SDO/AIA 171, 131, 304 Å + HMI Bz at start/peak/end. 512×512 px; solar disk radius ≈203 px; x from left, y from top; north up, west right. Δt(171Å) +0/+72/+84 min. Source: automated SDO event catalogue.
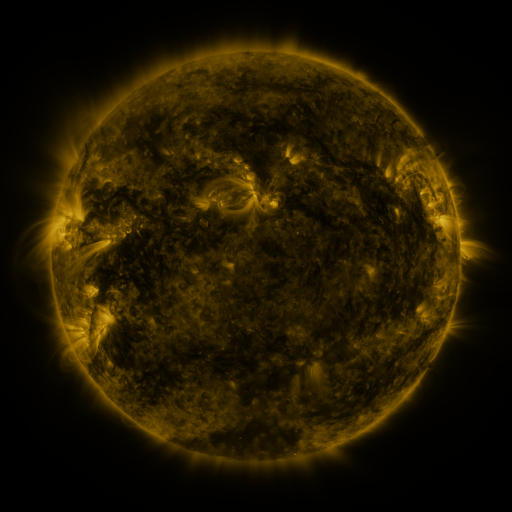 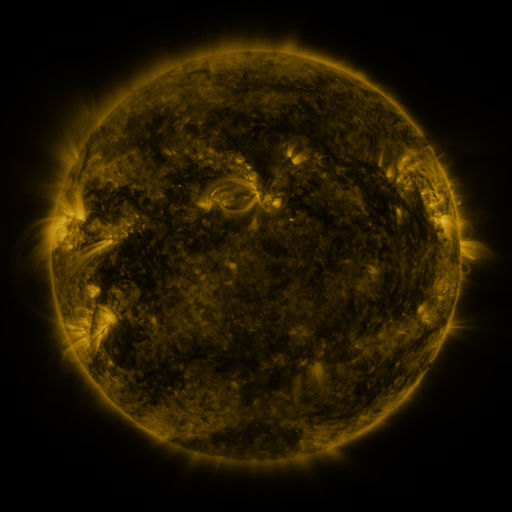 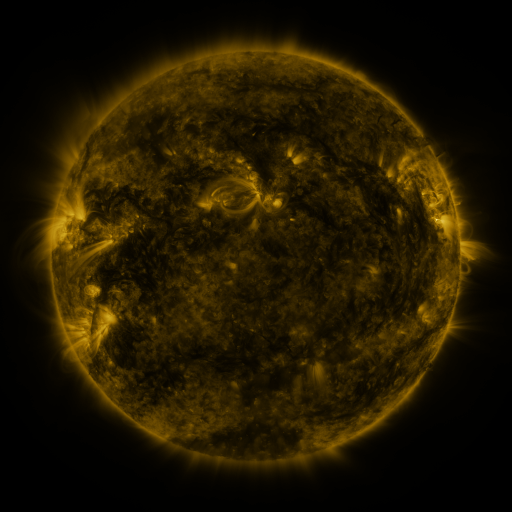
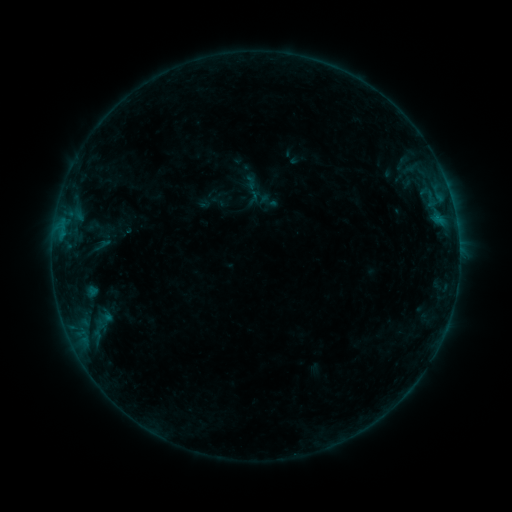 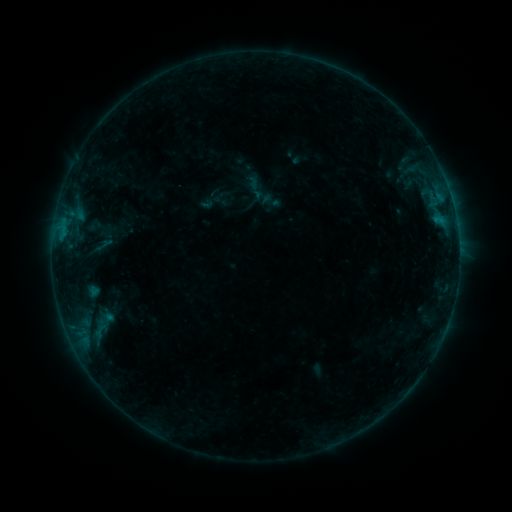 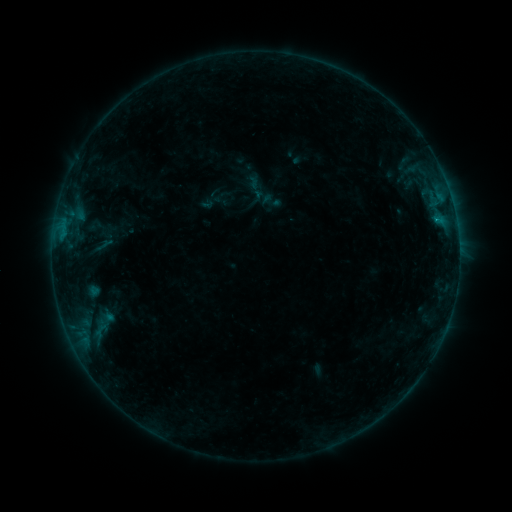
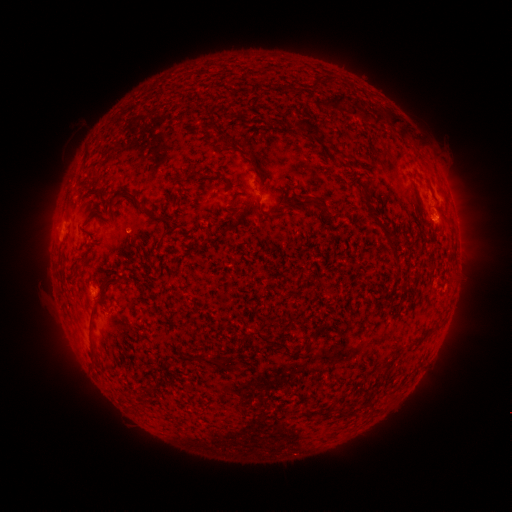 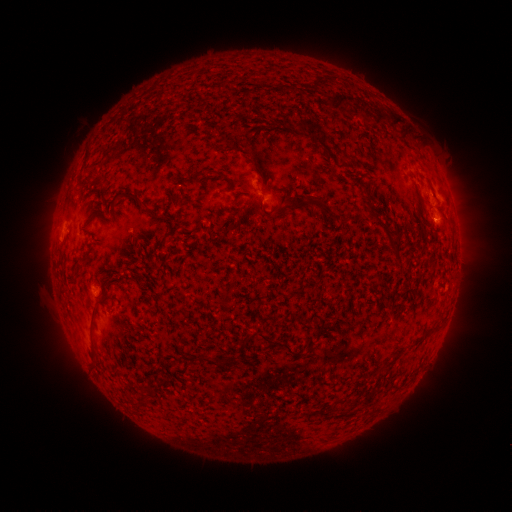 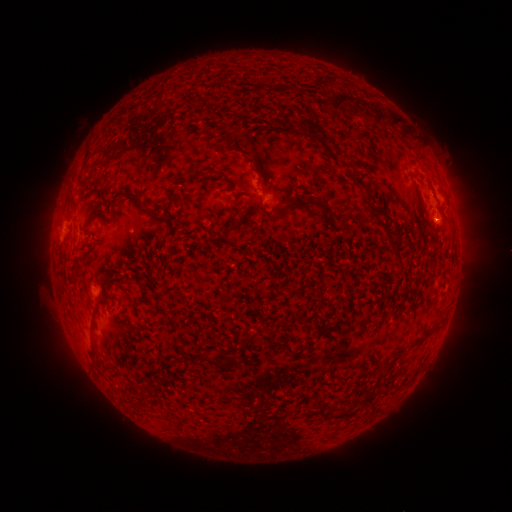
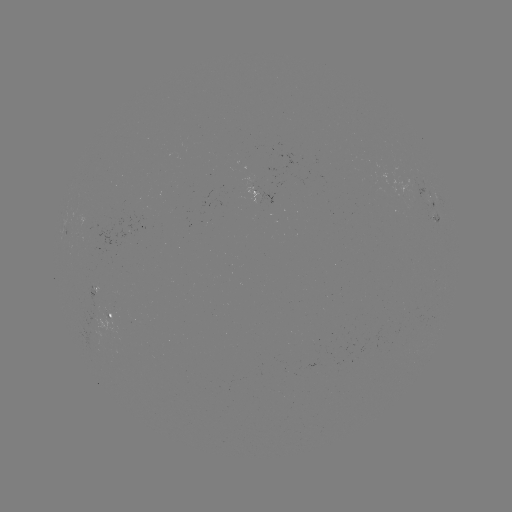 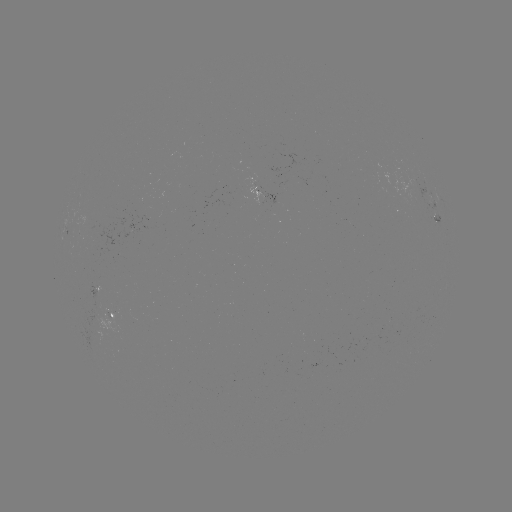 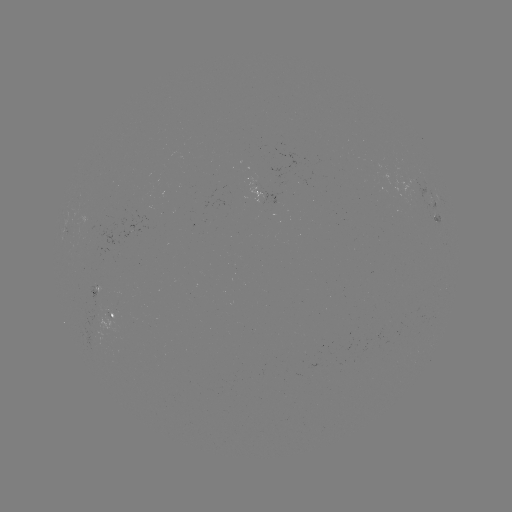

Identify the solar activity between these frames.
emerging-flux region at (89, 223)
